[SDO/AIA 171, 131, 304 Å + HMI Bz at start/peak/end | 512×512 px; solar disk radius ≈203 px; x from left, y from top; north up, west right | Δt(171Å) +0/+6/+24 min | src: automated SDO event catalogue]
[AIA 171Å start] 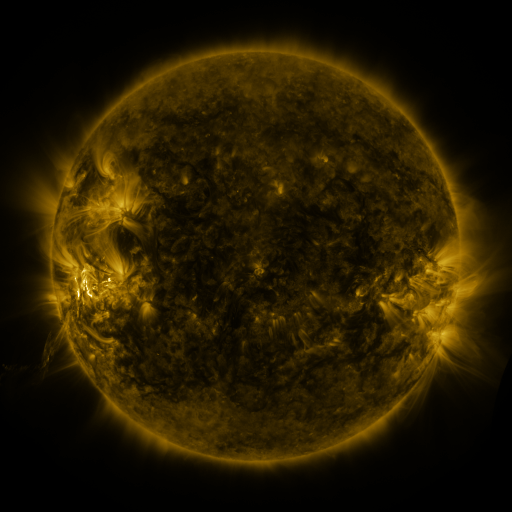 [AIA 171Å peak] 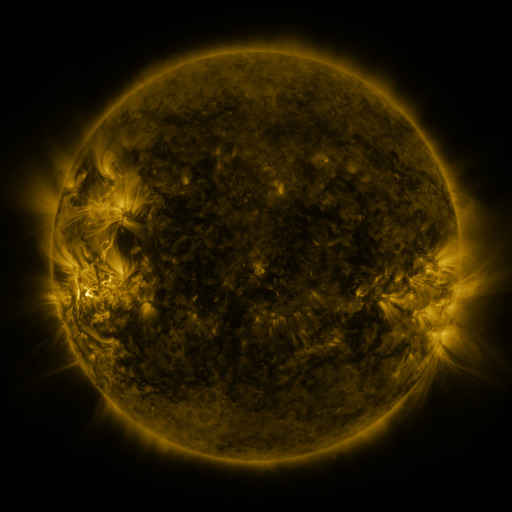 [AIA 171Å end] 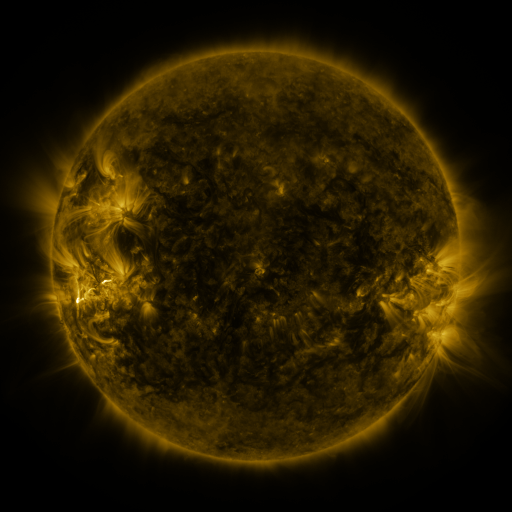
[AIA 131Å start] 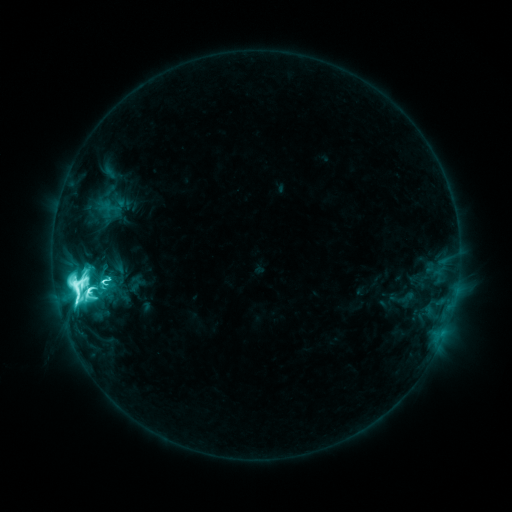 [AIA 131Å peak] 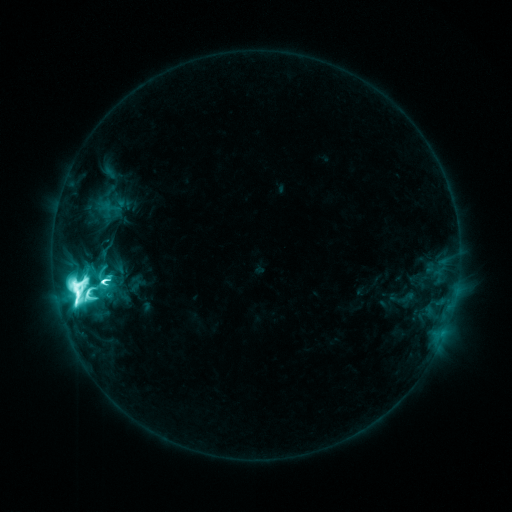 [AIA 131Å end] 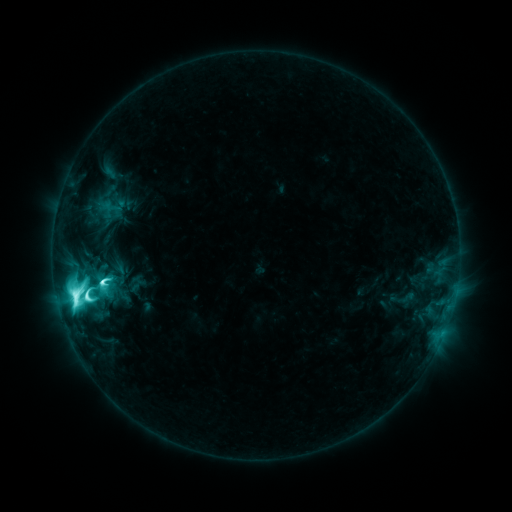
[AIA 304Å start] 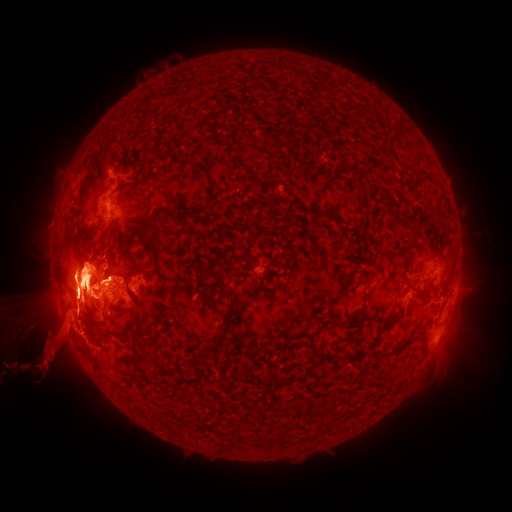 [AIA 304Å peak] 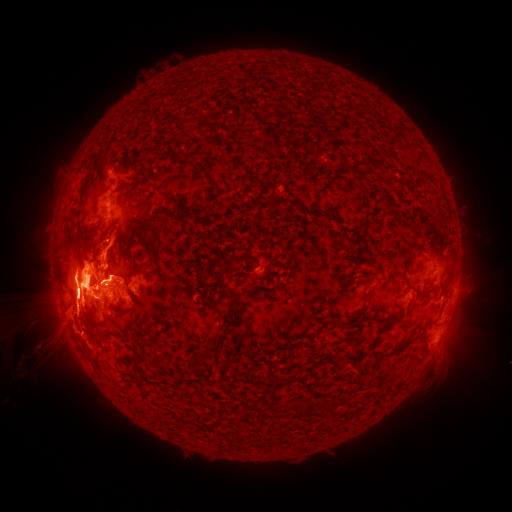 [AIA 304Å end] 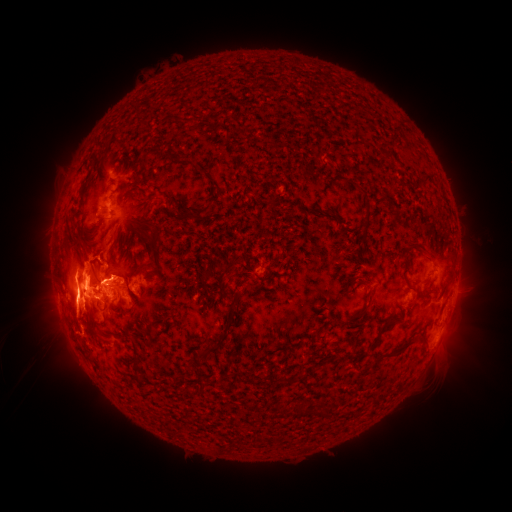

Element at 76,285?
M6.6 flare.